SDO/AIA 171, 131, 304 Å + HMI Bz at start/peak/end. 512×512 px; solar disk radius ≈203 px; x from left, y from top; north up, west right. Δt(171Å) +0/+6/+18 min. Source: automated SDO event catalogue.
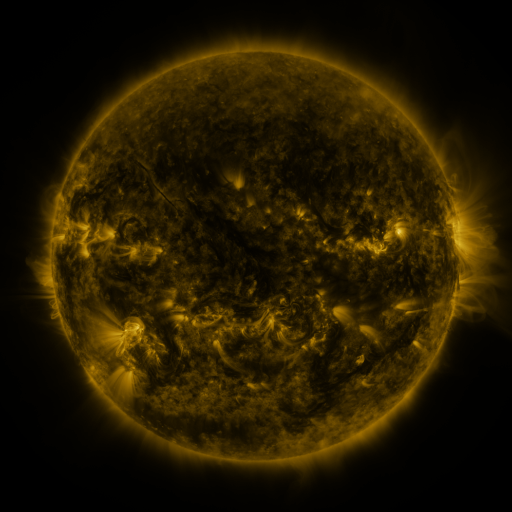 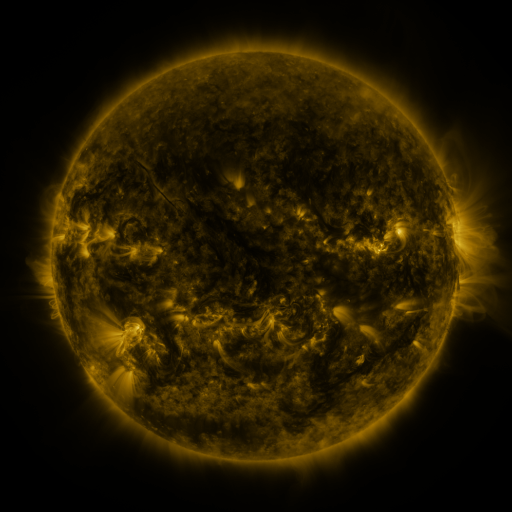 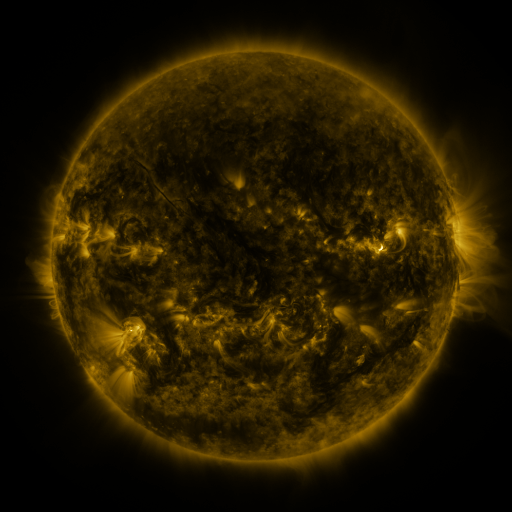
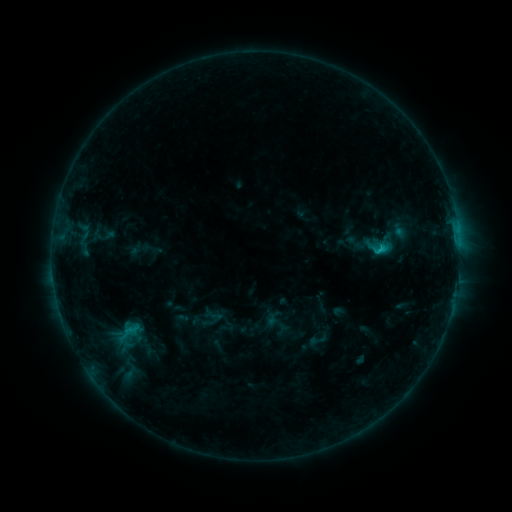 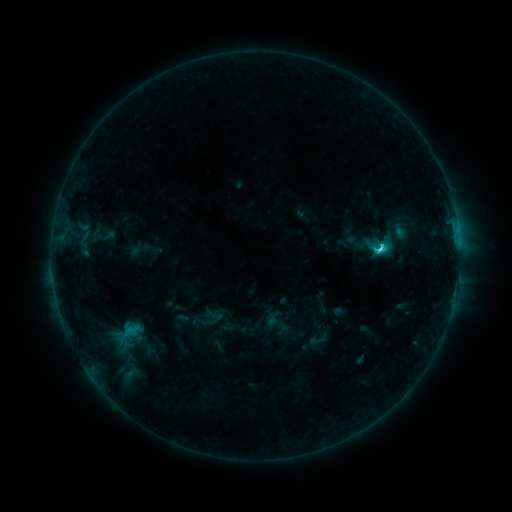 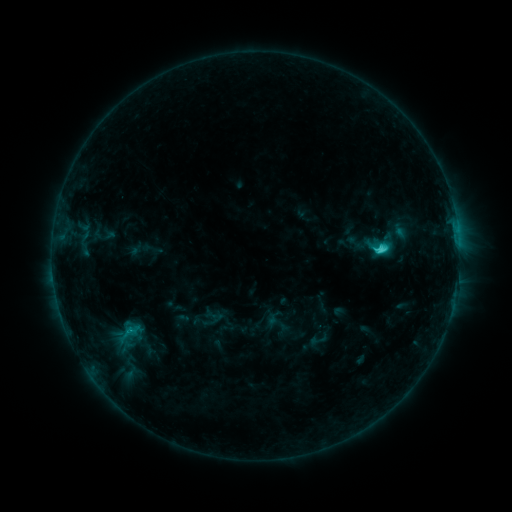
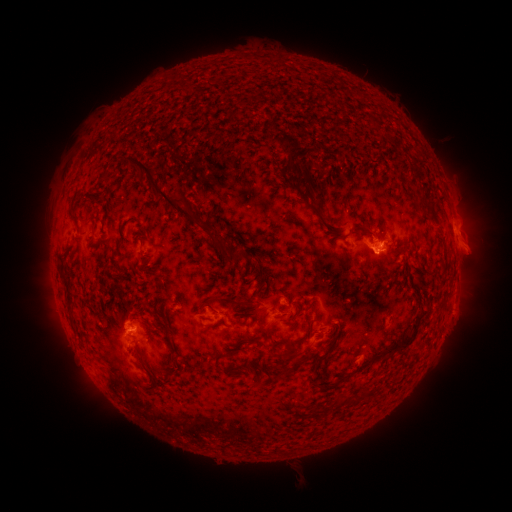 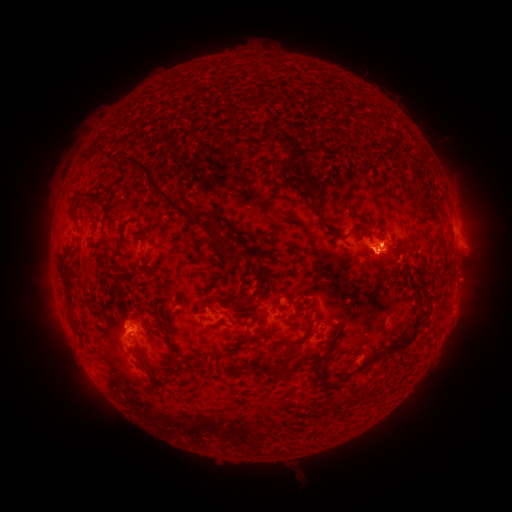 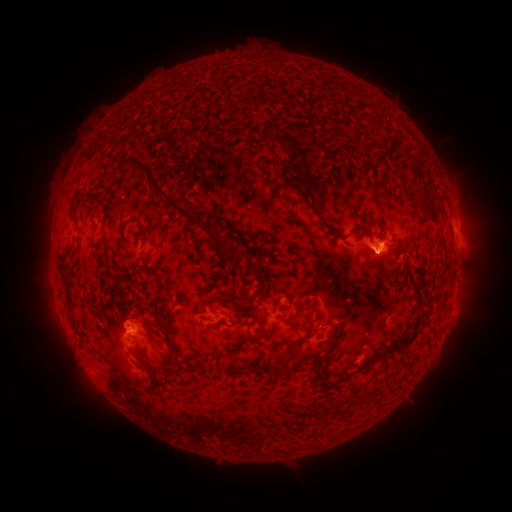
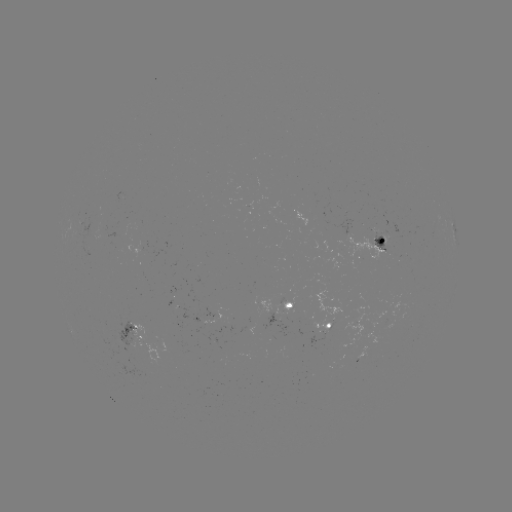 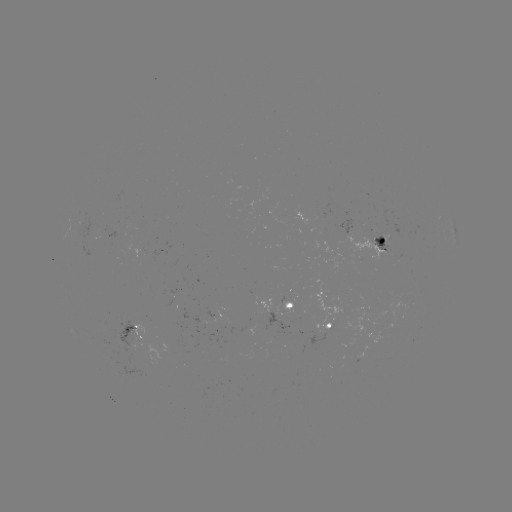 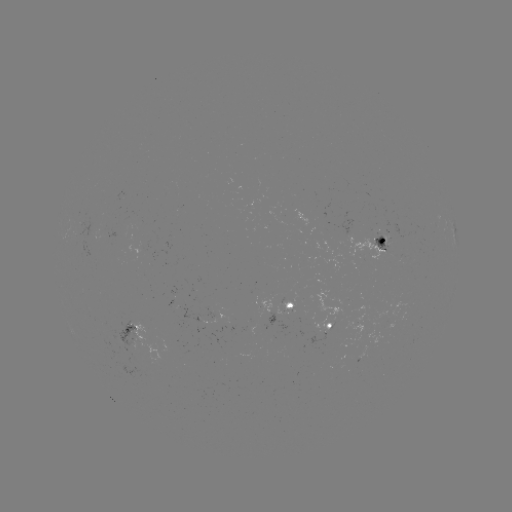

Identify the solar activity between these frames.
C3.3 flare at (377, 251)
